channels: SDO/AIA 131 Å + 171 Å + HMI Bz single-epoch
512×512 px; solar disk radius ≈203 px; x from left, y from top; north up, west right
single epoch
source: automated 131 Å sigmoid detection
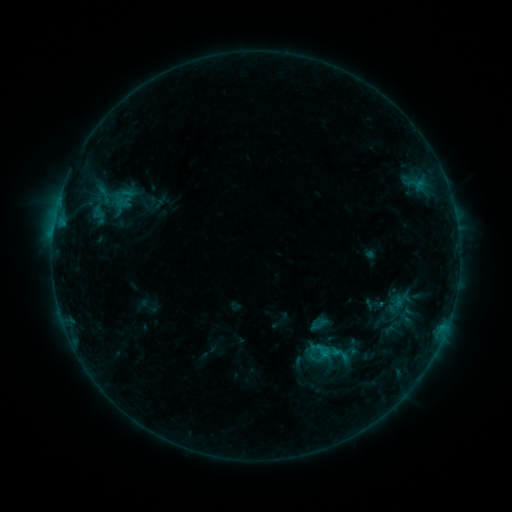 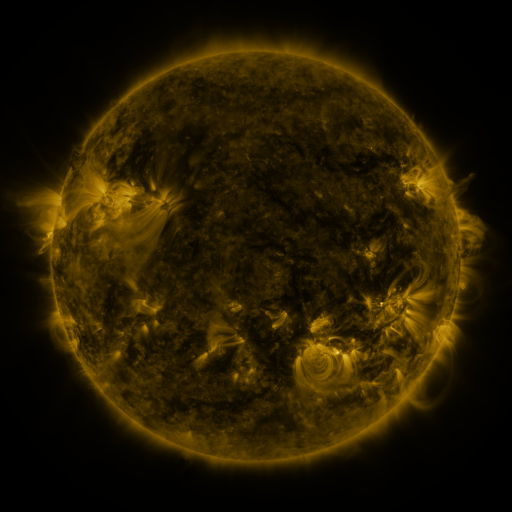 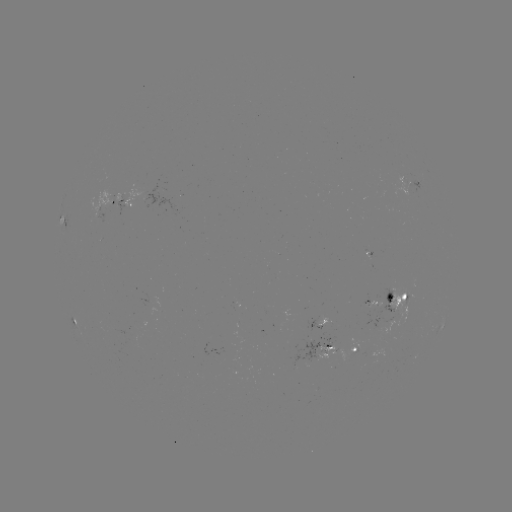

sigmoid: (310, 336, 343, 369)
